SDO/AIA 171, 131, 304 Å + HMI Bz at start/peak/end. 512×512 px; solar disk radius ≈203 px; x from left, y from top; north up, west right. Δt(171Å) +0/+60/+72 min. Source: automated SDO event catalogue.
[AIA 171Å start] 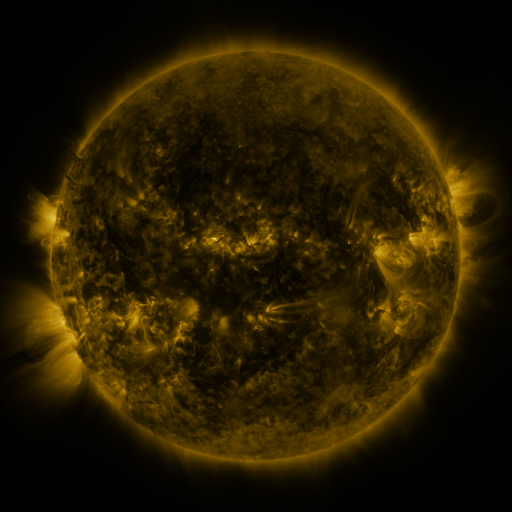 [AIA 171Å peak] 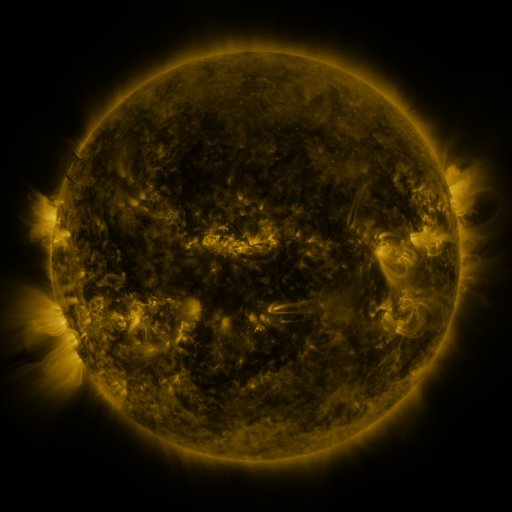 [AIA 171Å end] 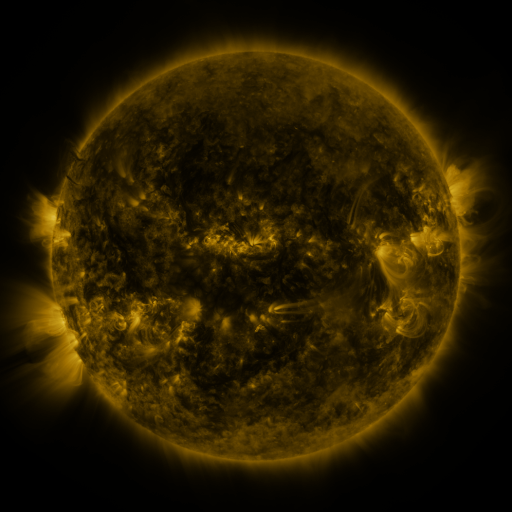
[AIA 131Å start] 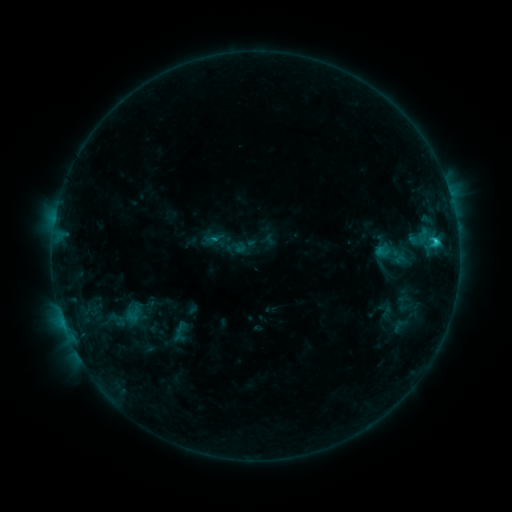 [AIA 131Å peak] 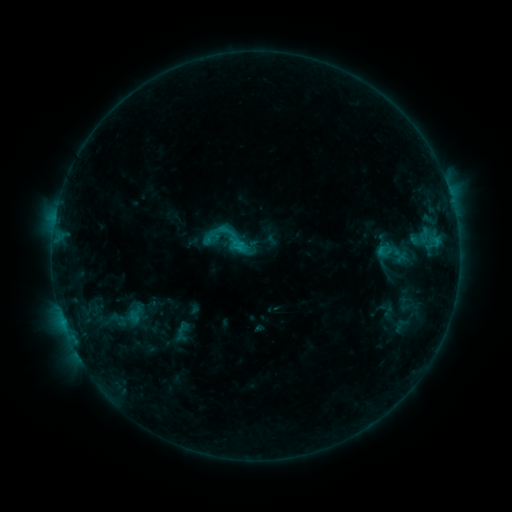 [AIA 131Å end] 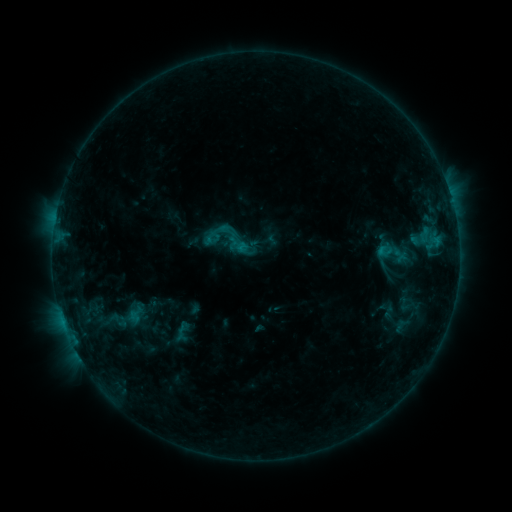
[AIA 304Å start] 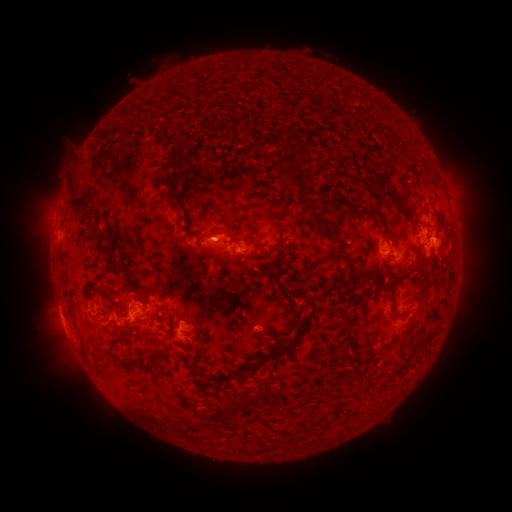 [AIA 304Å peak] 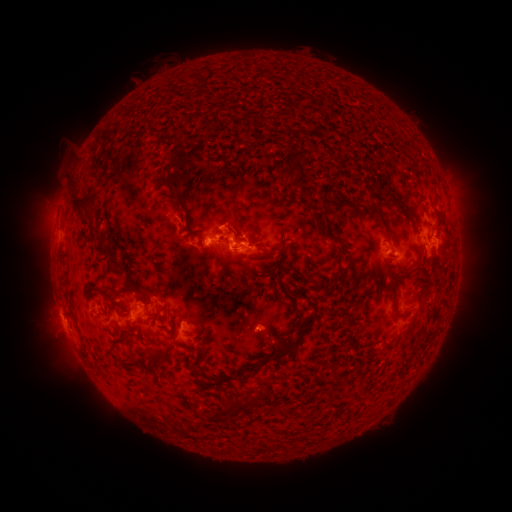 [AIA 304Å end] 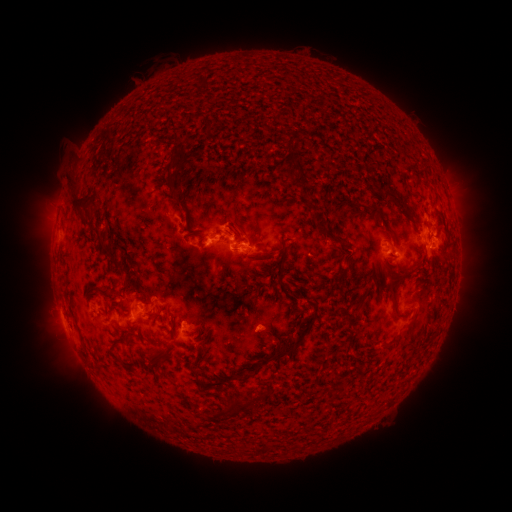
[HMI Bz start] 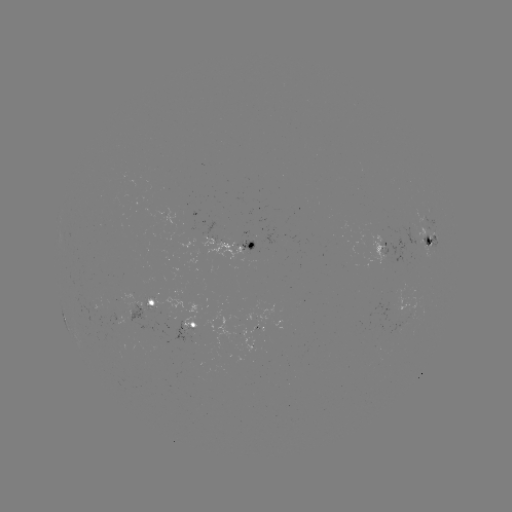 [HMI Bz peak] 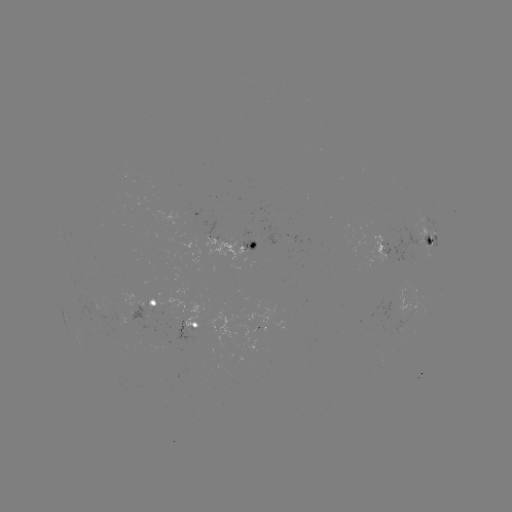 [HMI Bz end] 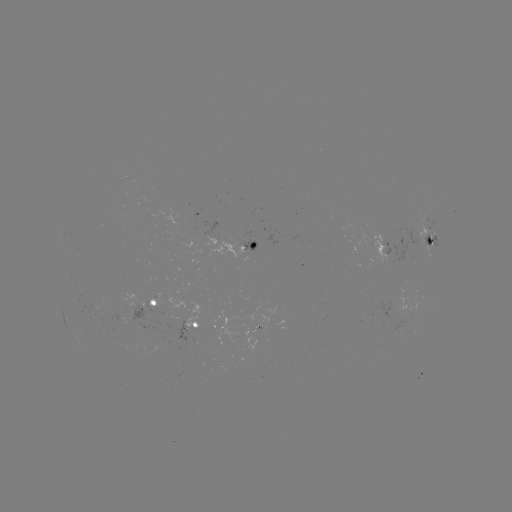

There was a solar emerging-flux region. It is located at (248, 244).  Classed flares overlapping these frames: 2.